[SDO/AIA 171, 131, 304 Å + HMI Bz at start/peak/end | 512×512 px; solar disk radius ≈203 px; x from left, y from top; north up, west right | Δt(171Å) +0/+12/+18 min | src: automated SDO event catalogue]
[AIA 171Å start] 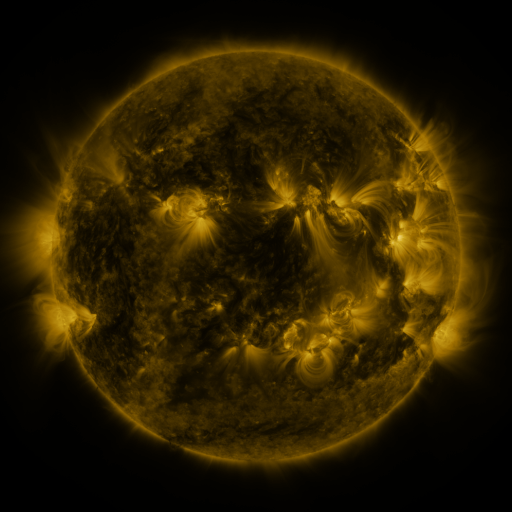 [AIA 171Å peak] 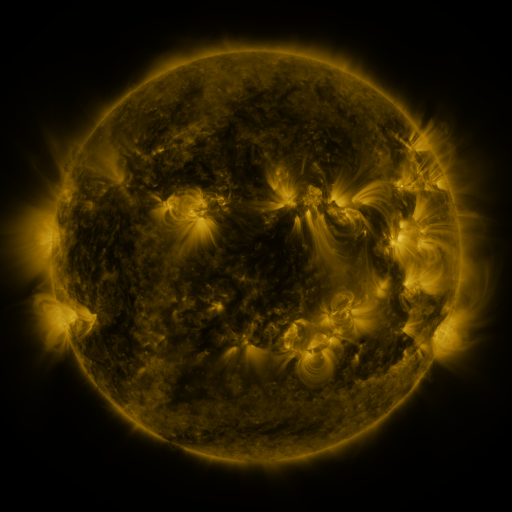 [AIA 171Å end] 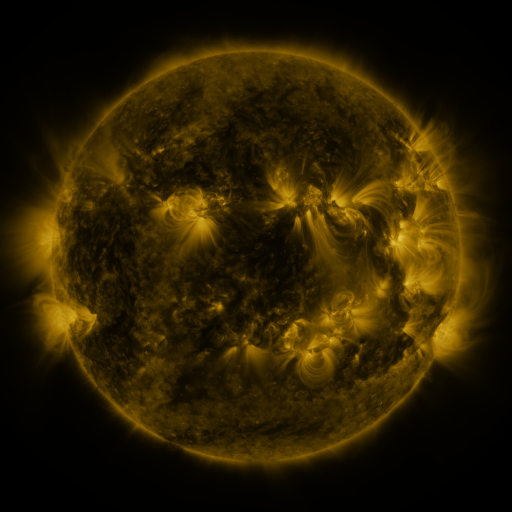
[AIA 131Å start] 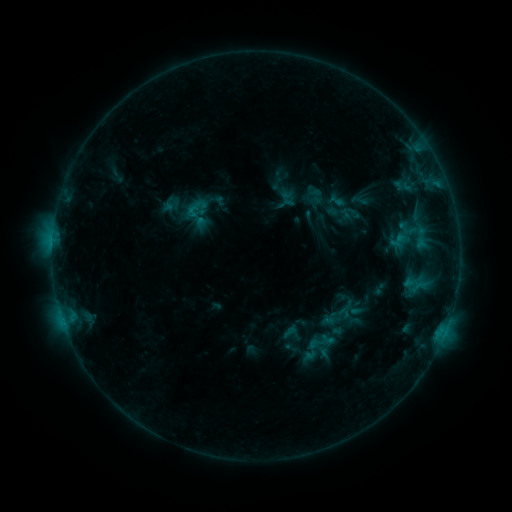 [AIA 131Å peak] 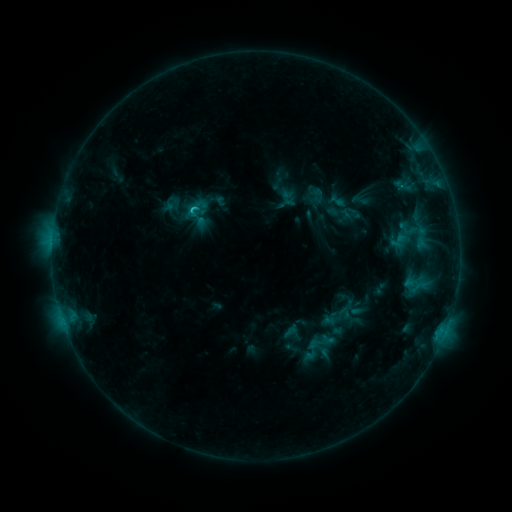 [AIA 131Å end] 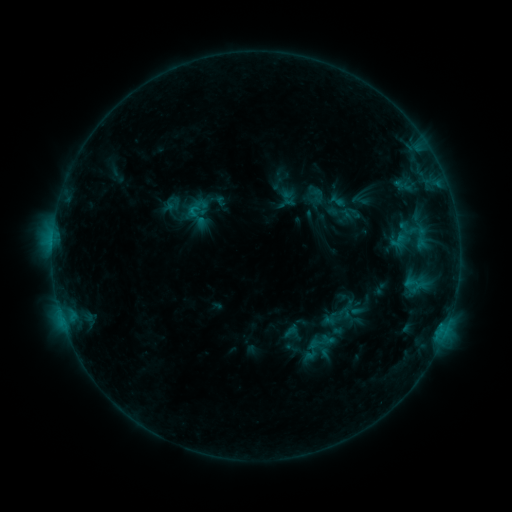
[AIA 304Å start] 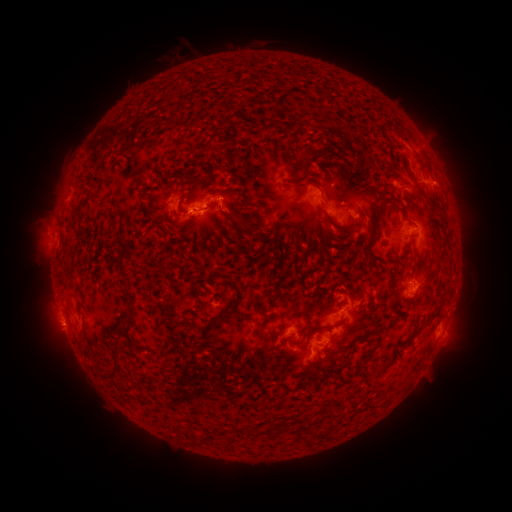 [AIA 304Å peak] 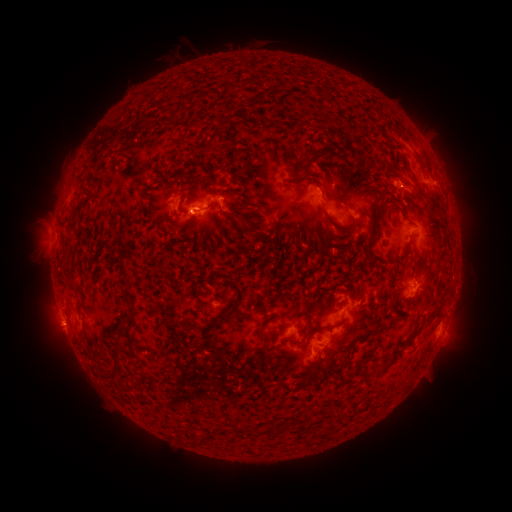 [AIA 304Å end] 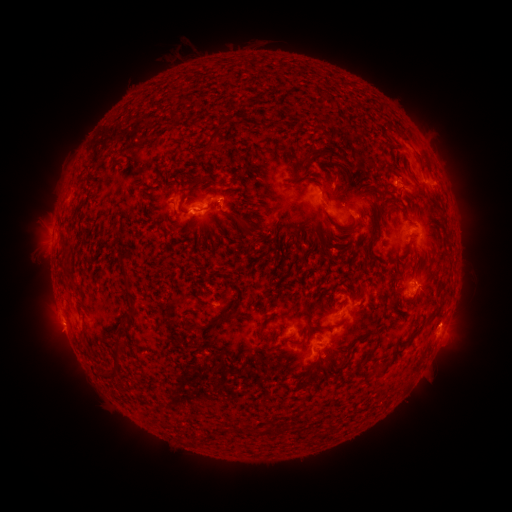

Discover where C1.1 flare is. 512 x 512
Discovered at (193, 213).